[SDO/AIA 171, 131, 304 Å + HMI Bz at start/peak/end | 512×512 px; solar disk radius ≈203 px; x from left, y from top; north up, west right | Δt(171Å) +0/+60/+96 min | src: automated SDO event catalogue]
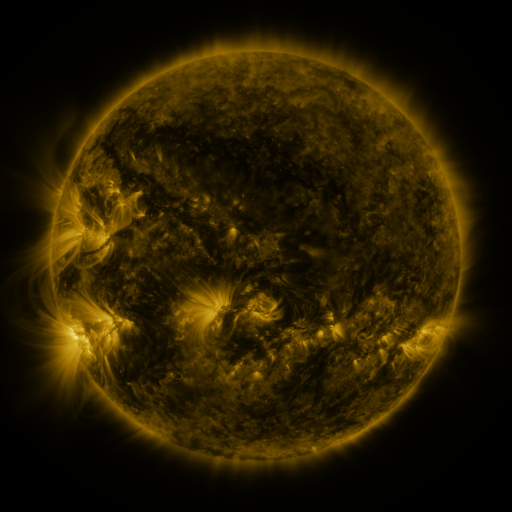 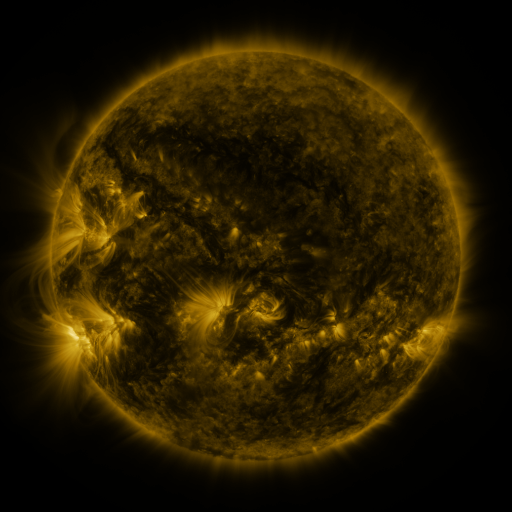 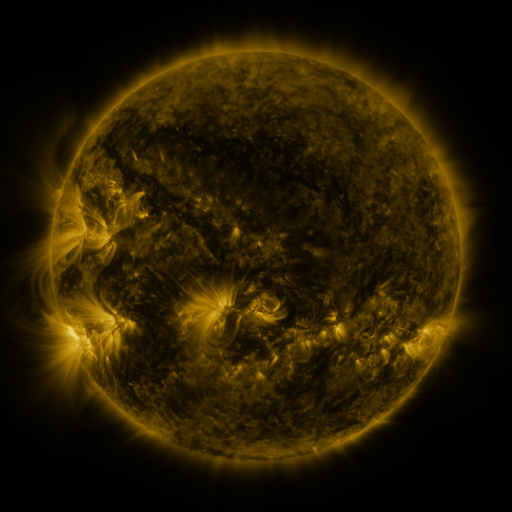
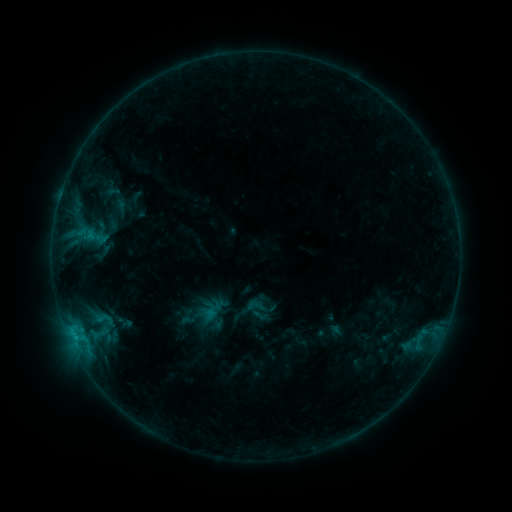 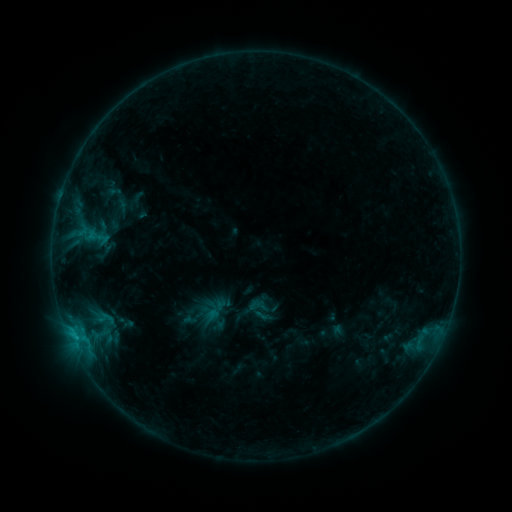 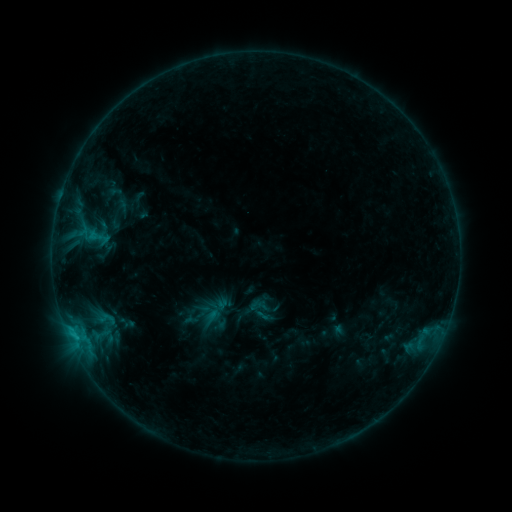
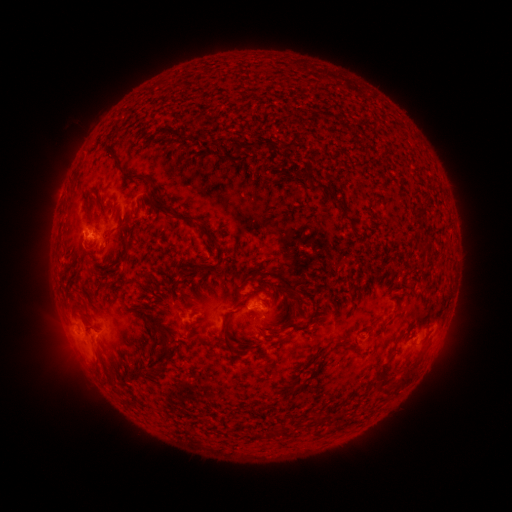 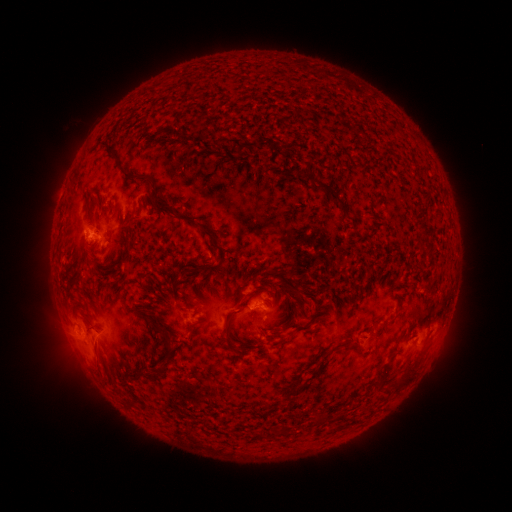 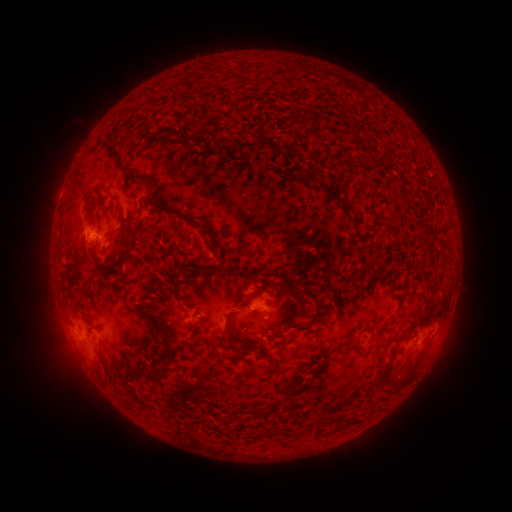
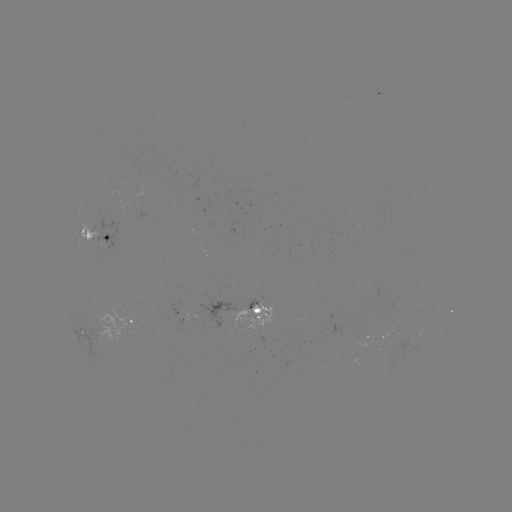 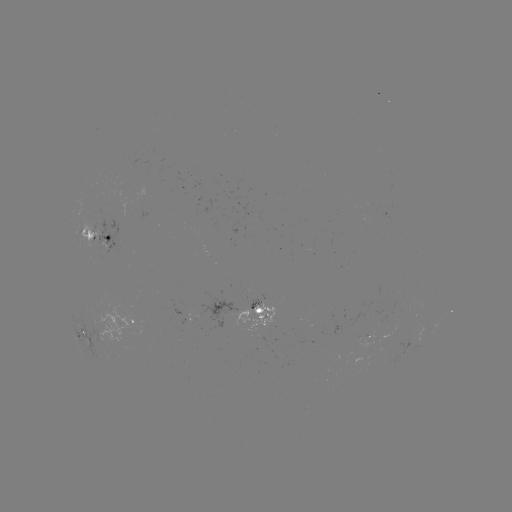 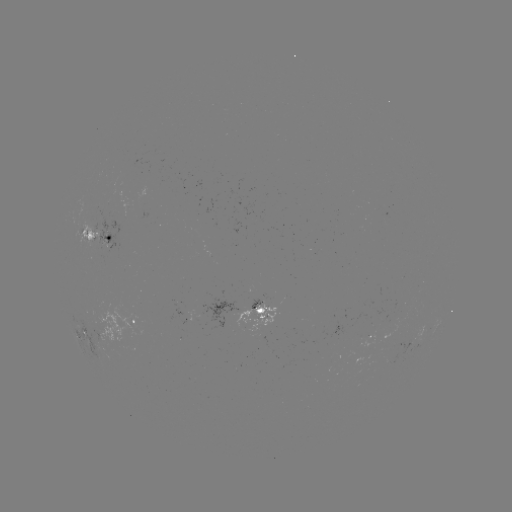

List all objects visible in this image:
emerging-flux region: (378, 327)
